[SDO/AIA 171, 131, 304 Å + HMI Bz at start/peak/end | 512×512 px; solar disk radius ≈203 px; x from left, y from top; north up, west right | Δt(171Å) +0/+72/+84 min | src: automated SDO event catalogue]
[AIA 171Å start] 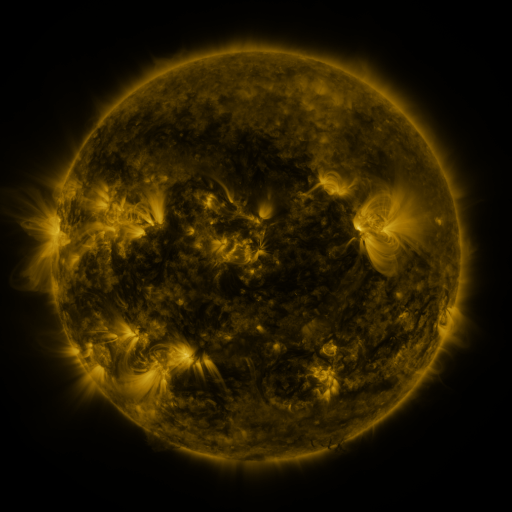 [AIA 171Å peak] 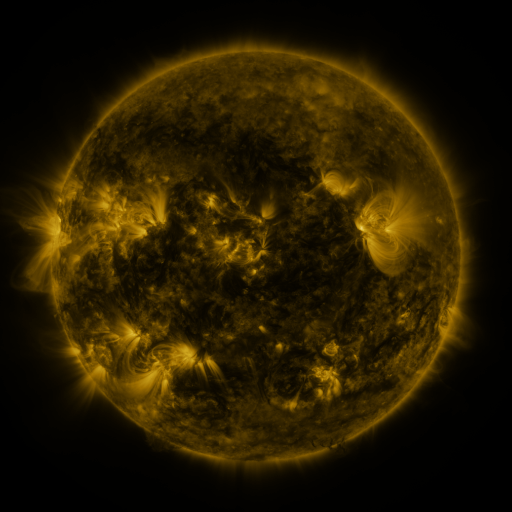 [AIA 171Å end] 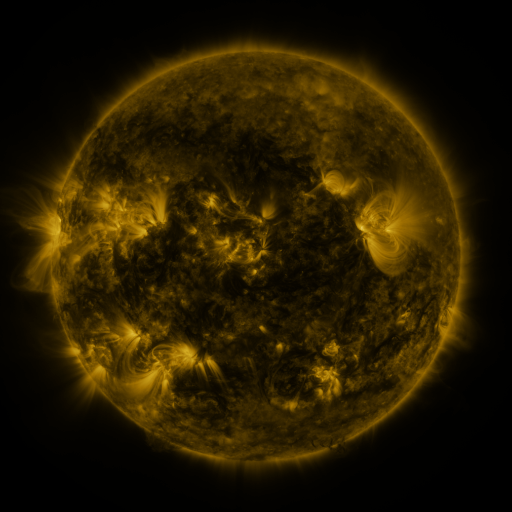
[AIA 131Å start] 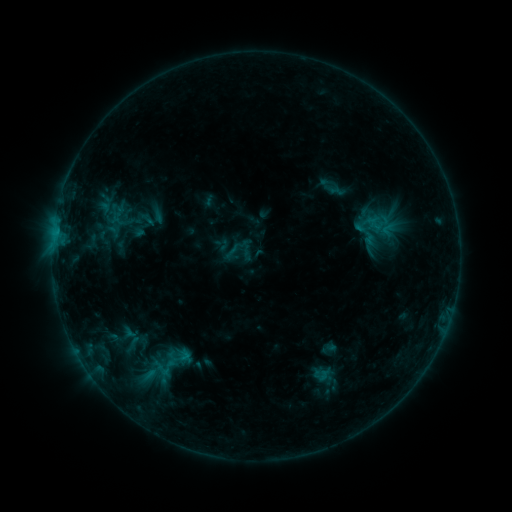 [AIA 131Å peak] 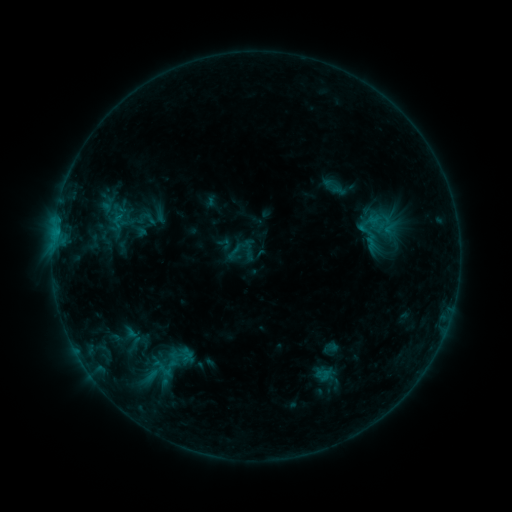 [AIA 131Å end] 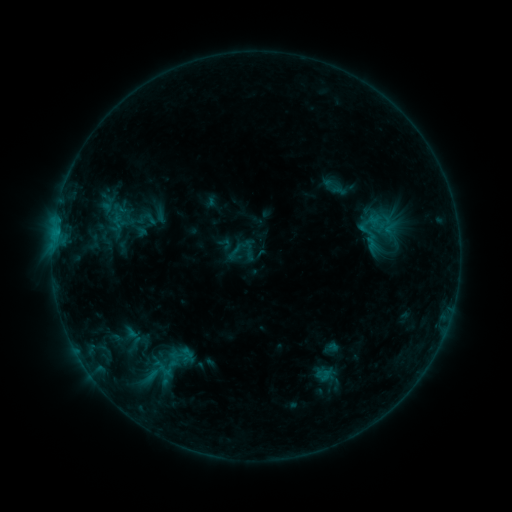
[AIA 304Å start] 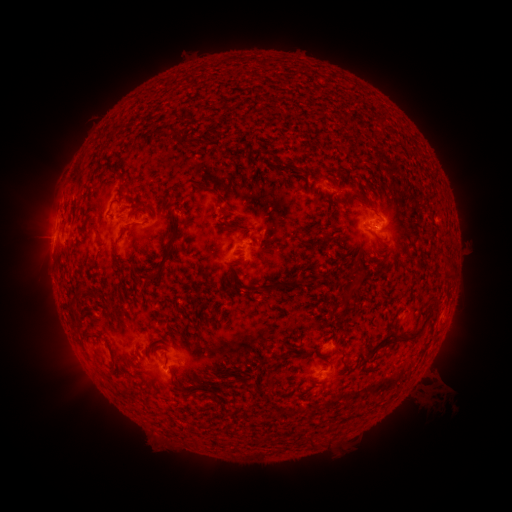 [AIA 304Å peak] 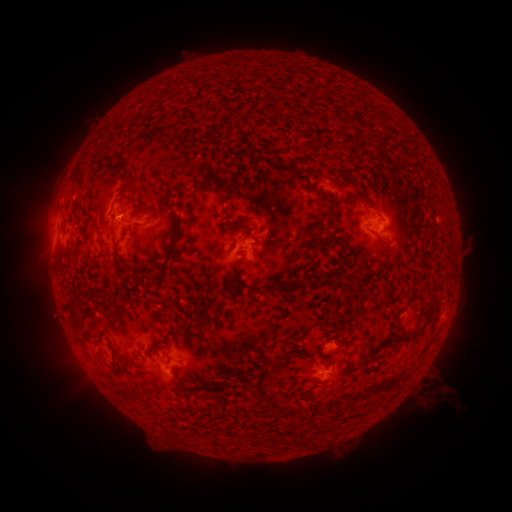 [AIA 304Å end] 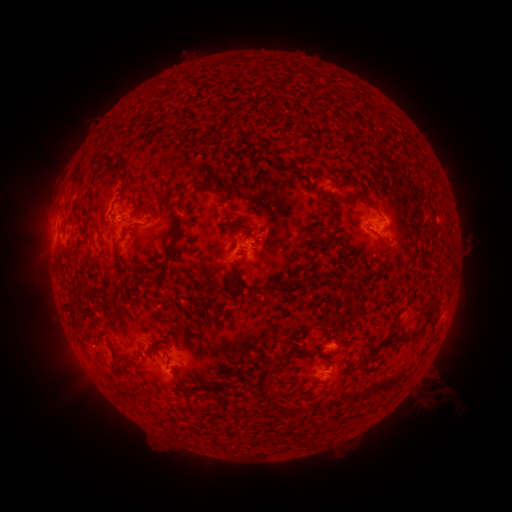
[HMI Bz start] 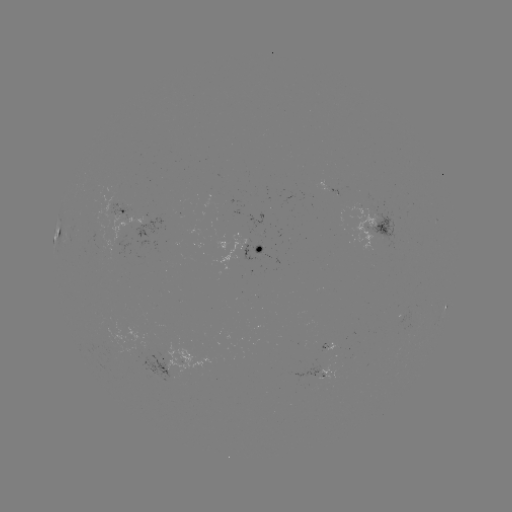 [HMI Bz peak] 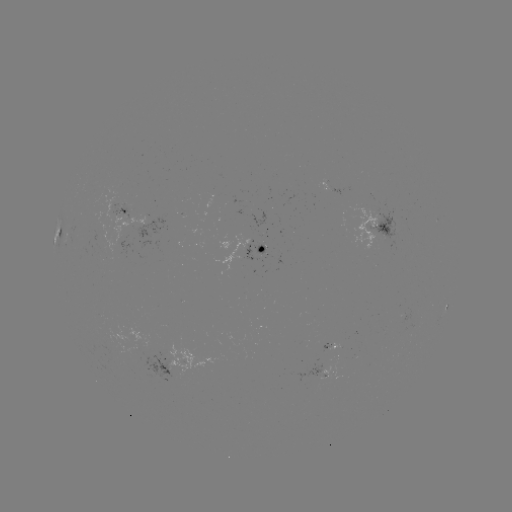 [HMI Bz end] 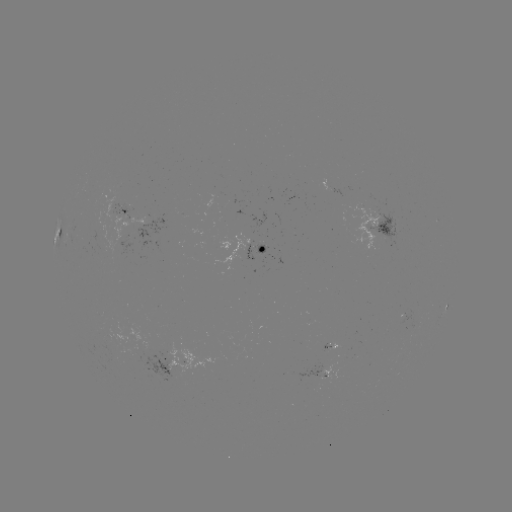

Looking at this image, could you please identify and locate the emerging-flux region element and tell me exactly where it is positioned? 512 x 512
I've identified emerging-flux region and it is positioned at (116, 349).